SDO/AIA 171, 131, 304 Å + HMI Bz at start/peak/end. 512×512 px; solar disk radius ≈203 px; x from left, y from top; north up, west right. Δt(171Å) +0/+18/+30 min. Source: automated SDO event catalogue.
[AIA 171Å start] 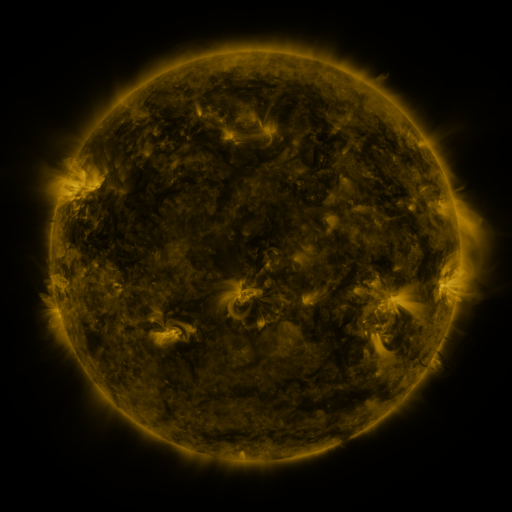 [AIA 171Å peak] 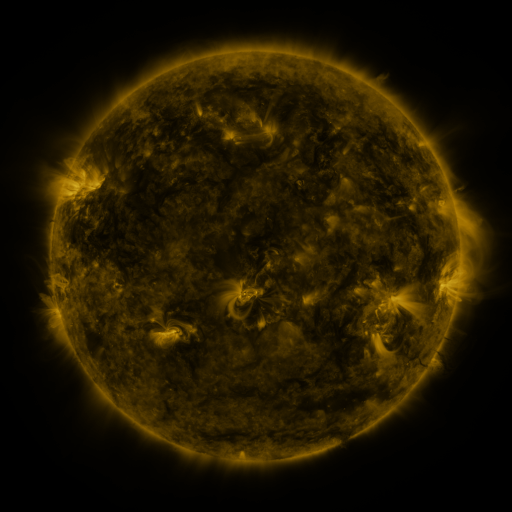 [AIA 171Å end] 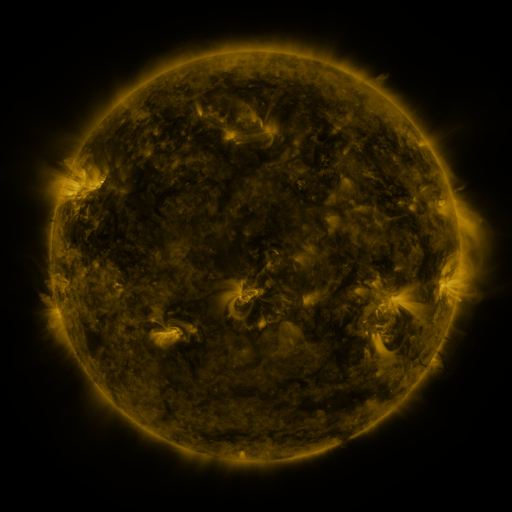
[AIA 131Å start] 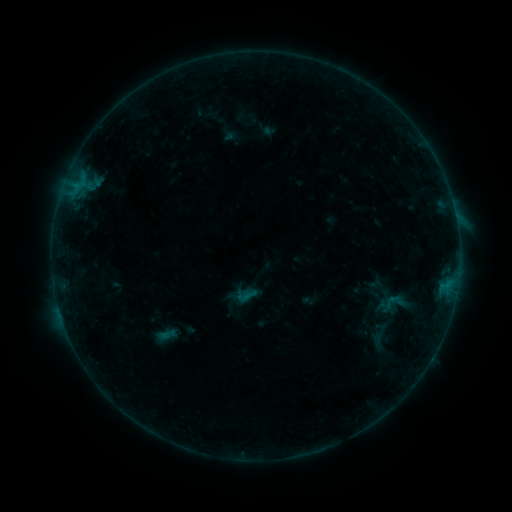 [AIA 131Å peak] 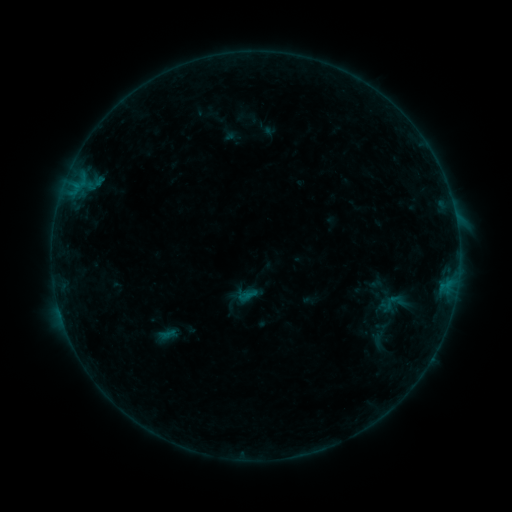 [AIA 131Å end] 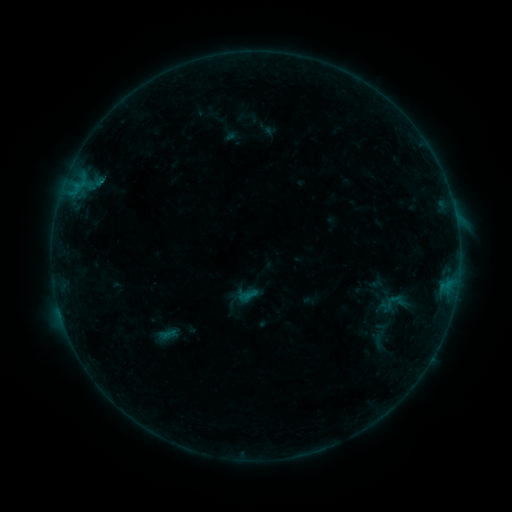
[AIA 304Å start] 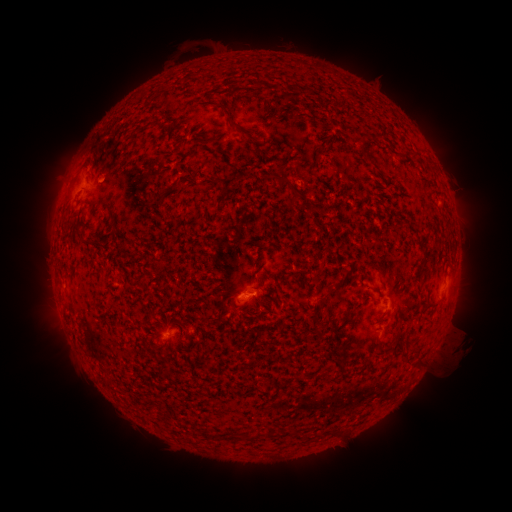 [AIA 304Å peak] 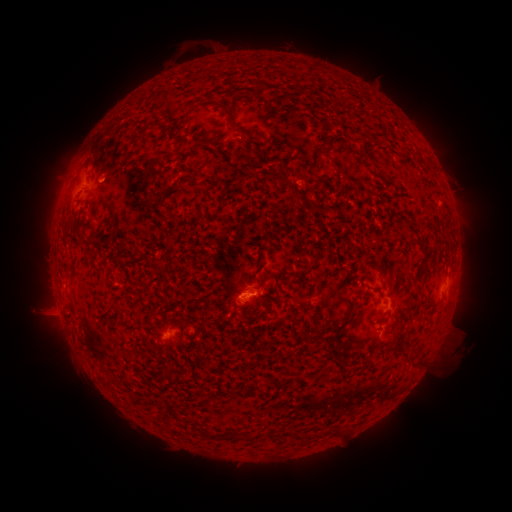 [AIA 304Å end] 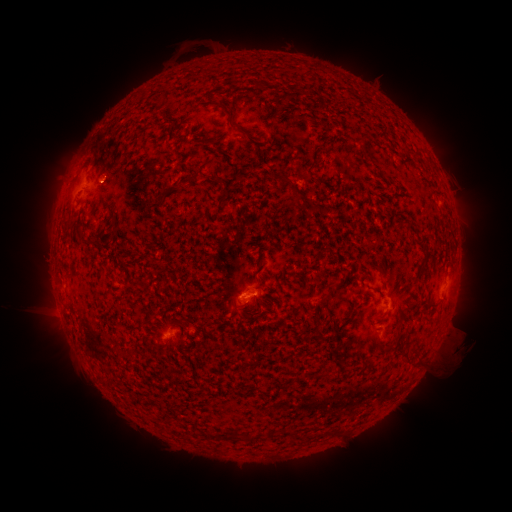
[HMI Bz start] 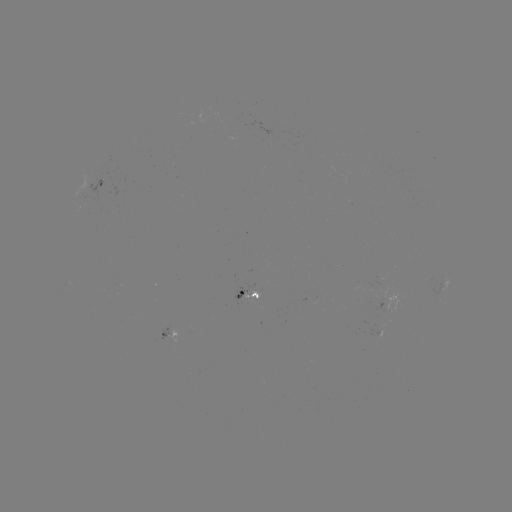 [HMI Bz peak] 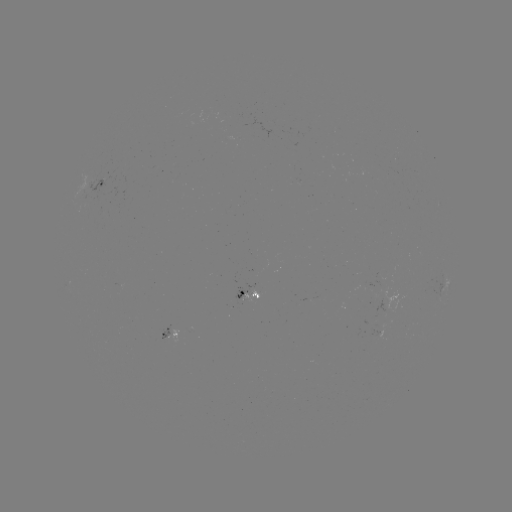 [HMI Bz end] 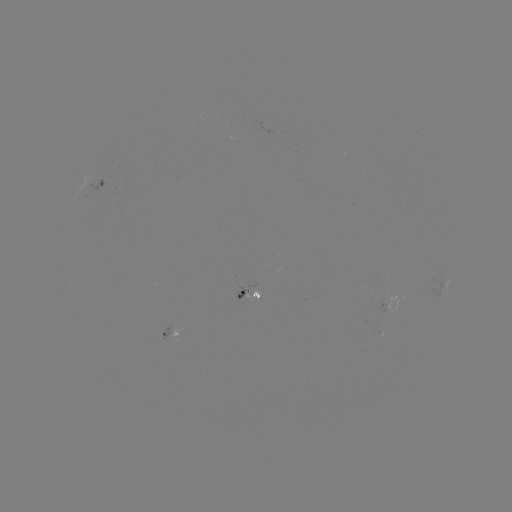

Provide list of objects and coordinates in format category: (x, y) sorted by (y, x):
B3.5 flare: (101, 178)
